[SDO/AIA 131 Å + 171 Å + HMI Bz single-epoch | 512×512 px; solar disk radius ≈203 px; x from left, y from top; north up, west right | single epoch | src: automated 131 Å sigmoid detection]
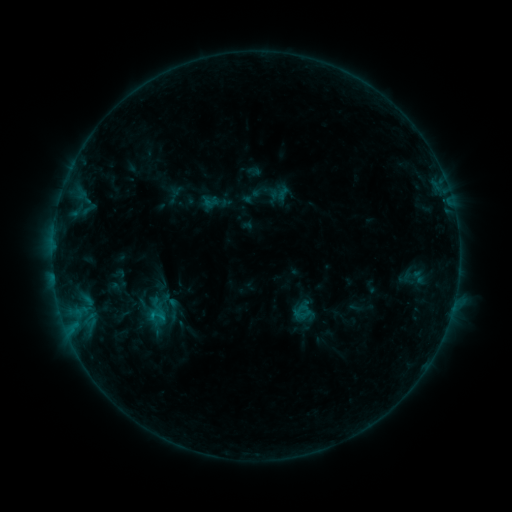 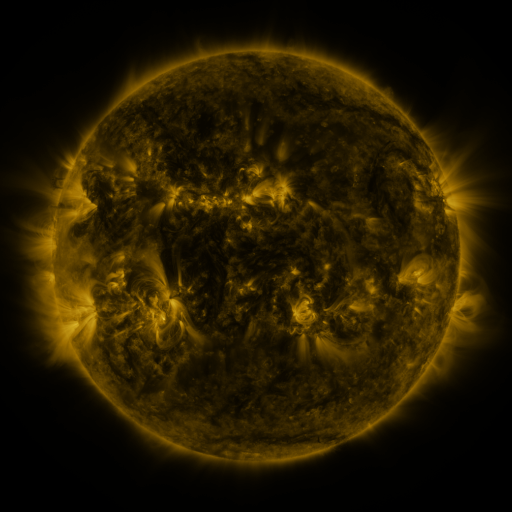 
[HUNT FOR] sigmoid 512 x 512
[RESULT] [157, 315]